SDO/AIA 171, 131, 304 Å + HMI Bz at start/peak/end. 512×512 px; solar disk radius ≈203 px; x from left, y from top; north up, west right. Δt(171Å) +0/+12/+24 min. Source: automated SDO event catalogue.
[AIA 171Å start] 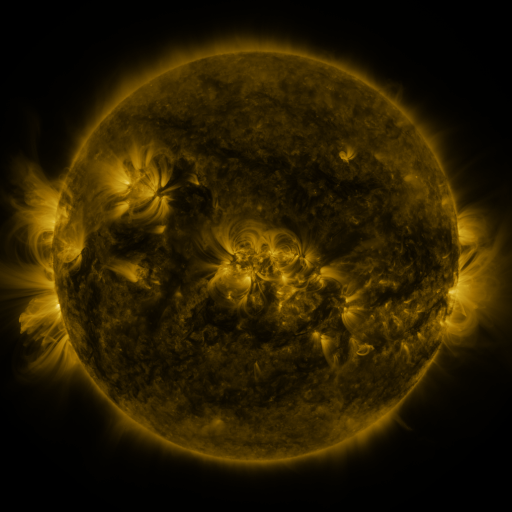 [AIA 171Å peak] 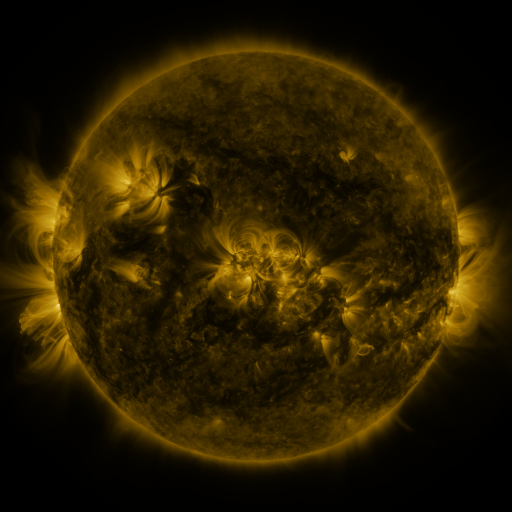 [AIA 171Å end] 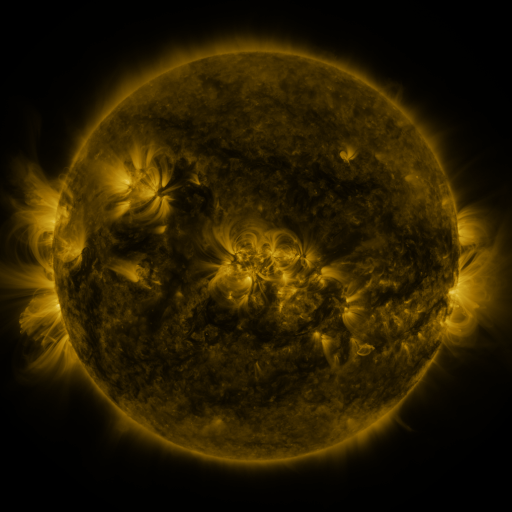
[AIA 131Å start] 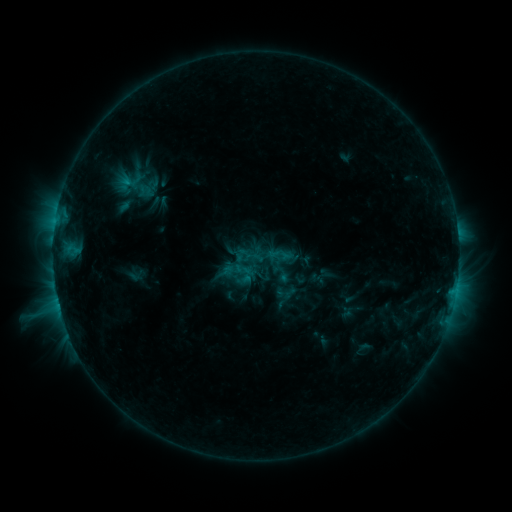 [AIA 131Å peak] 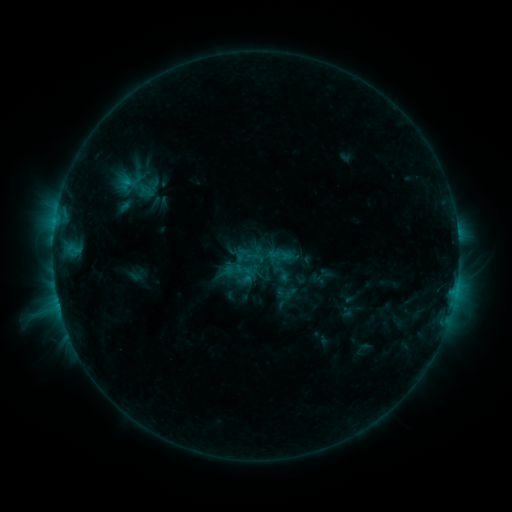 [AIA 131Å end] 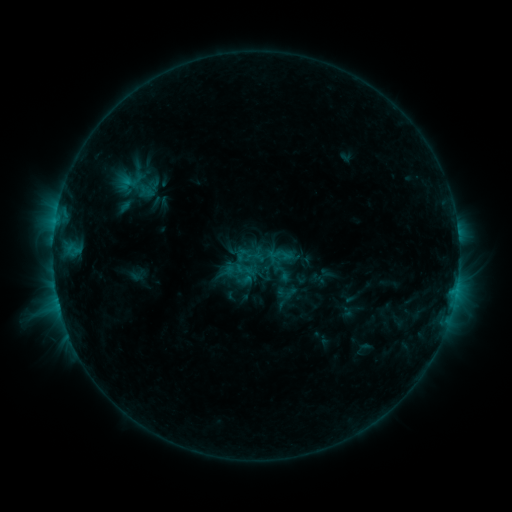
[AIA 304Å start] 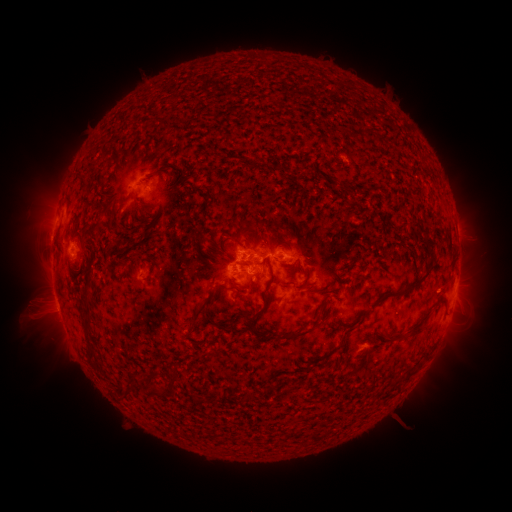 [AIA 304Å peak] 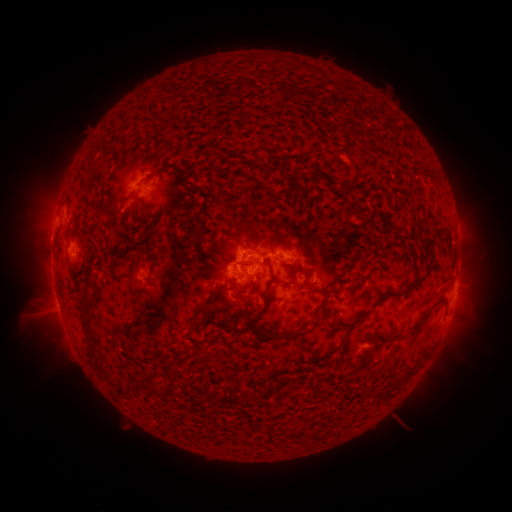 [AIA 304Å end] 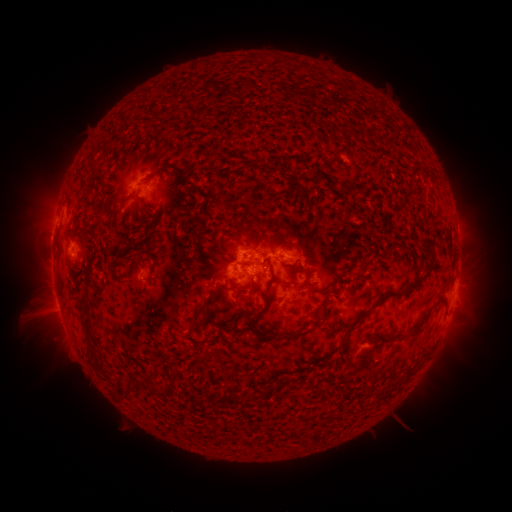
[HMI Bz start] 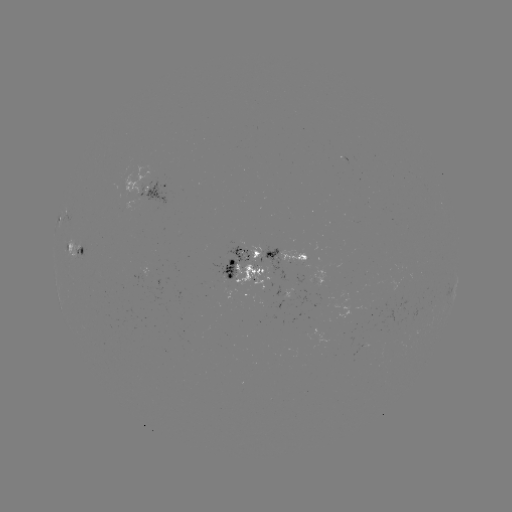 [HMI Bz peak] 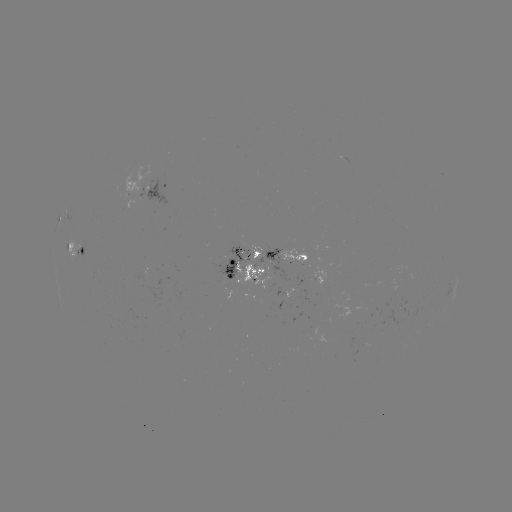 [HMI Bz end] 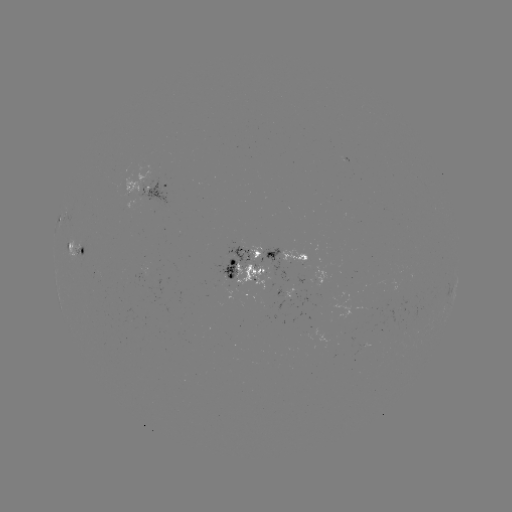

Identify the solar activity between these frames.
no flare in any classed list; no EUV-trigger detection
